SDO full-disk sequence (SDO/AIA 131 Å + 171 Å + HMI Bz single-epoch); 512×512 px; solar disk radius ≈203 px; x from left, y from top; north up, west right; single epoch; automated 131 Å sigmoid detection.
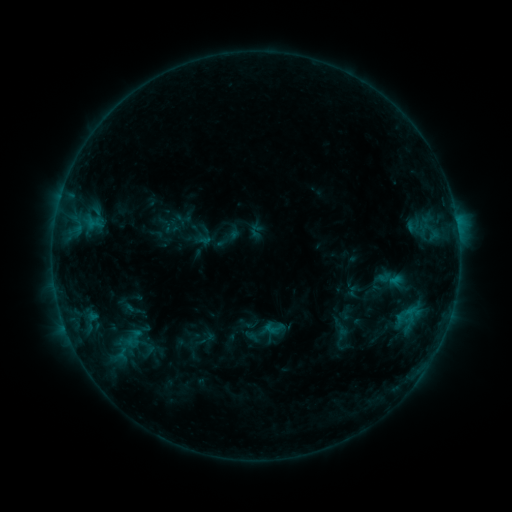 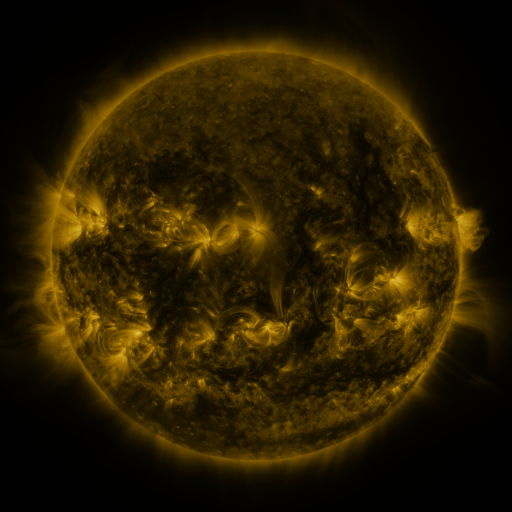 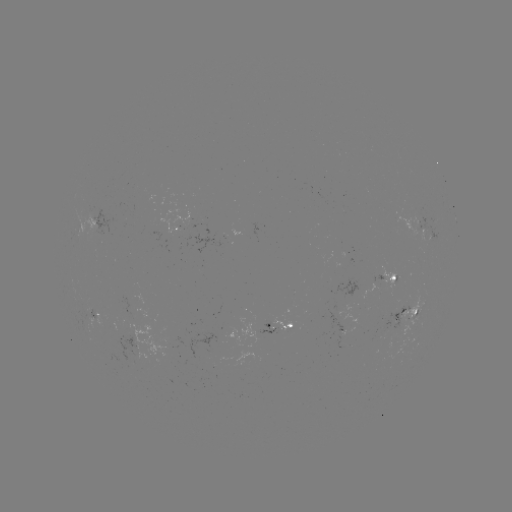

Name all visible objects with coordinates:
sigmoid: (274, 329)
